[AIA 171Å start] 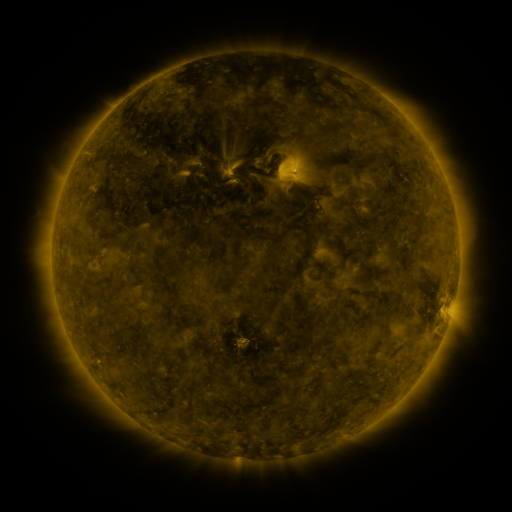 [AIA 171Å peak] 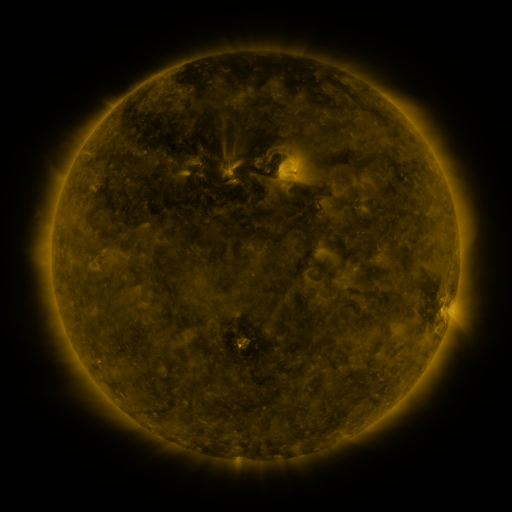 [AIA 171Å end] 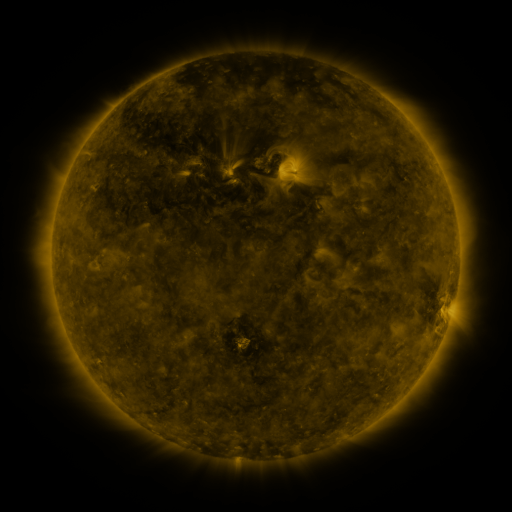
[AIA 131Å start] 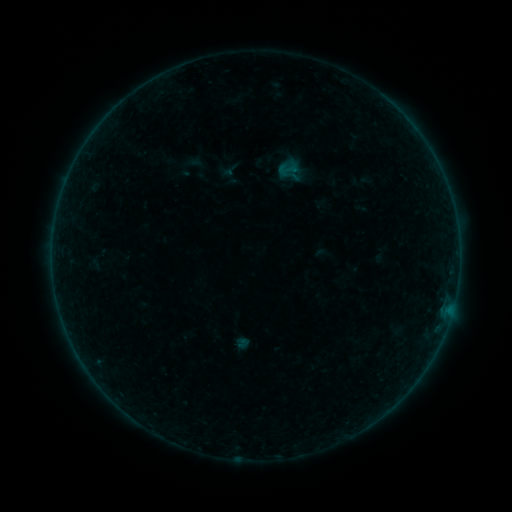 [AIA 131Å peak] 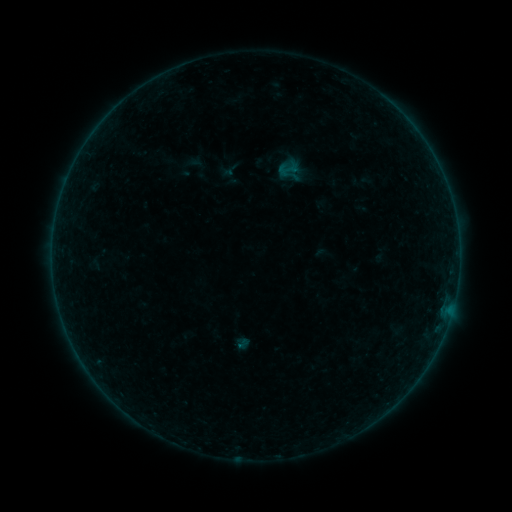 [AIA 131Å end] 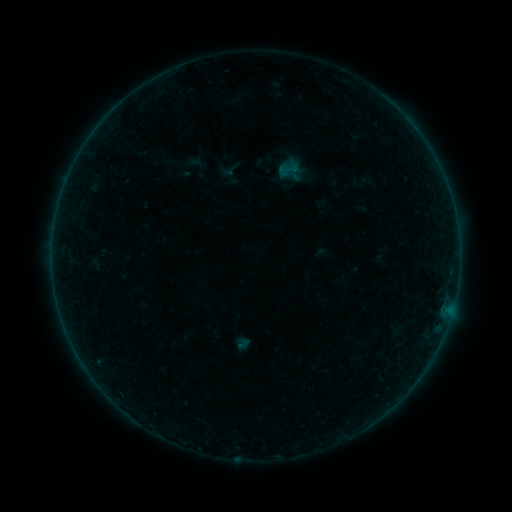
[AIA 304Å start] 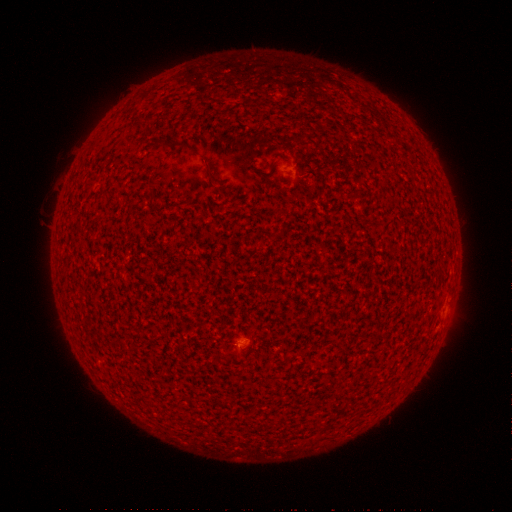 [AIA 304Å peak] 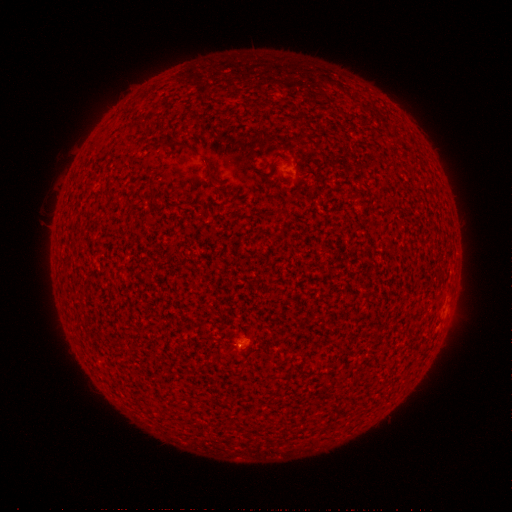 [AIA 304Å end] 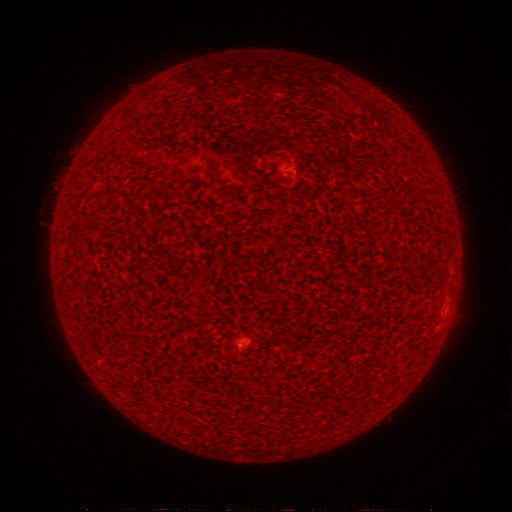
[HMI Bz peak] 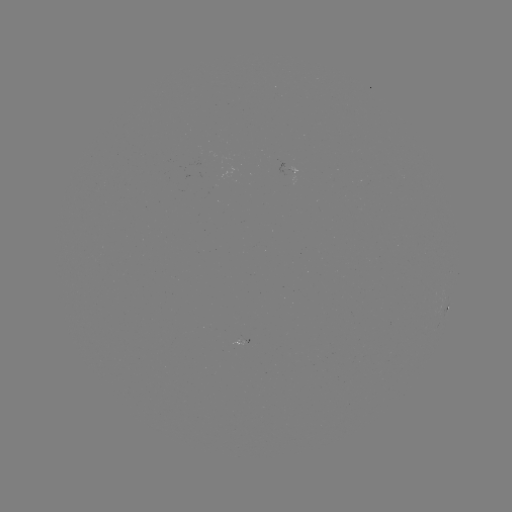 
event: flare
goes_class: A2.7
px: (242, 345)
